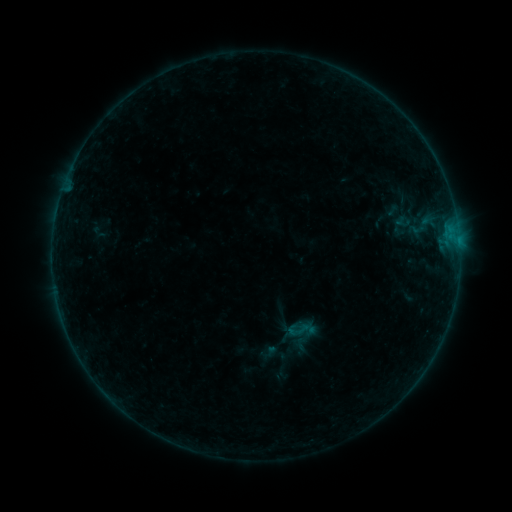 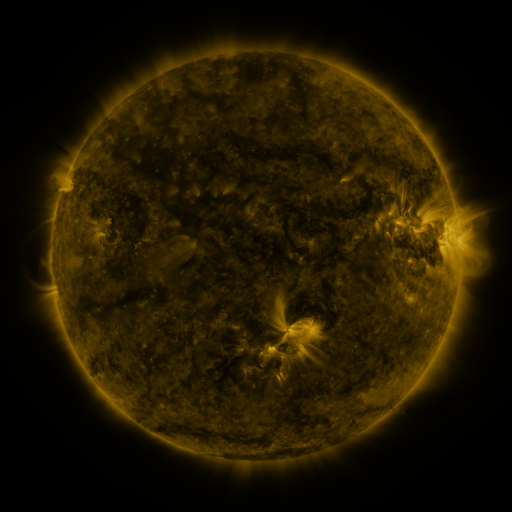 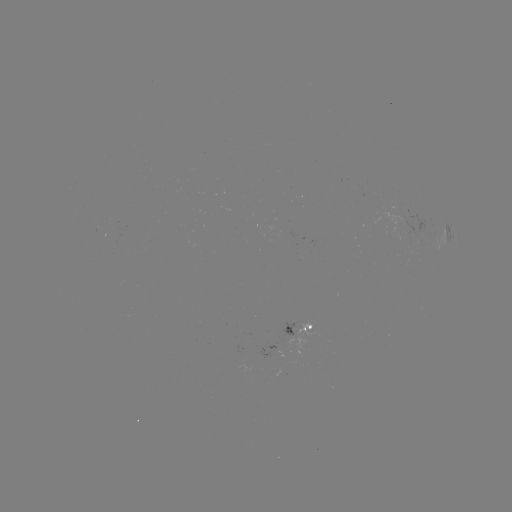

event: sigmoid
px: (301, 330)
